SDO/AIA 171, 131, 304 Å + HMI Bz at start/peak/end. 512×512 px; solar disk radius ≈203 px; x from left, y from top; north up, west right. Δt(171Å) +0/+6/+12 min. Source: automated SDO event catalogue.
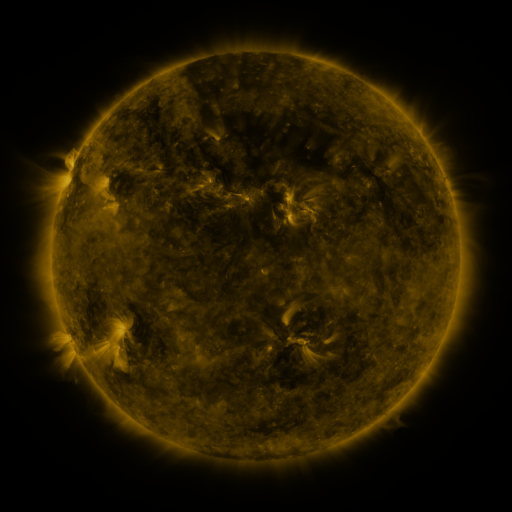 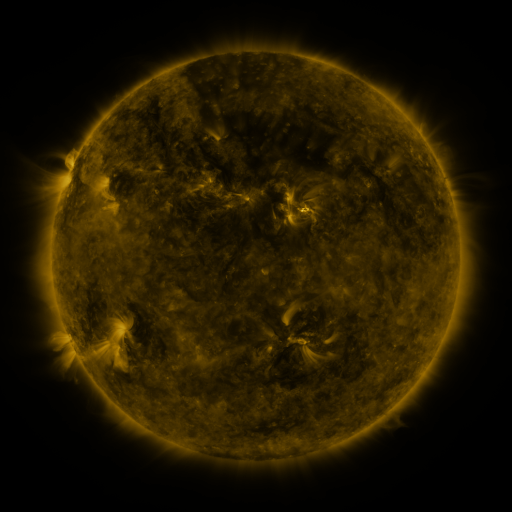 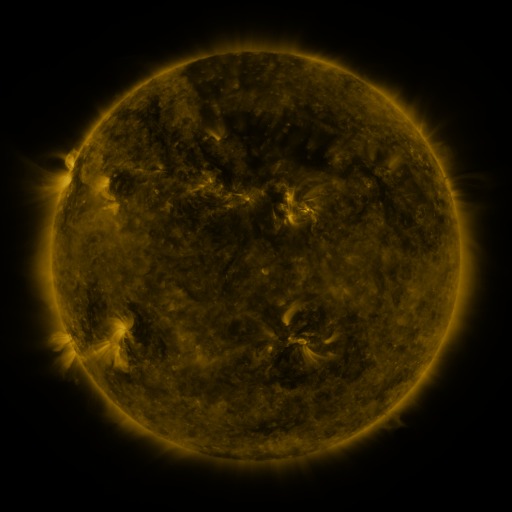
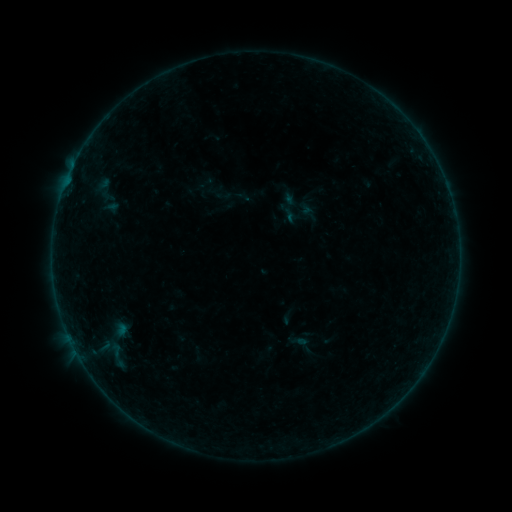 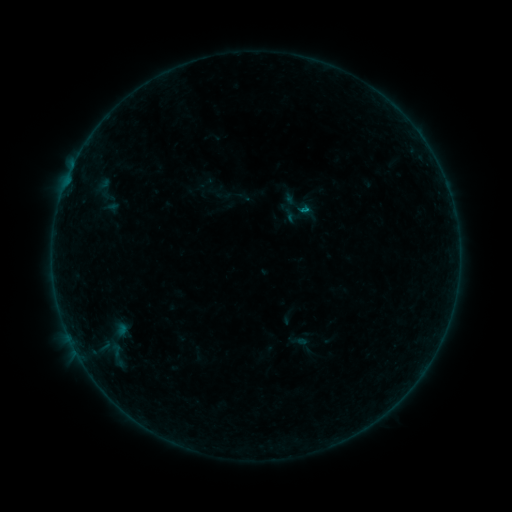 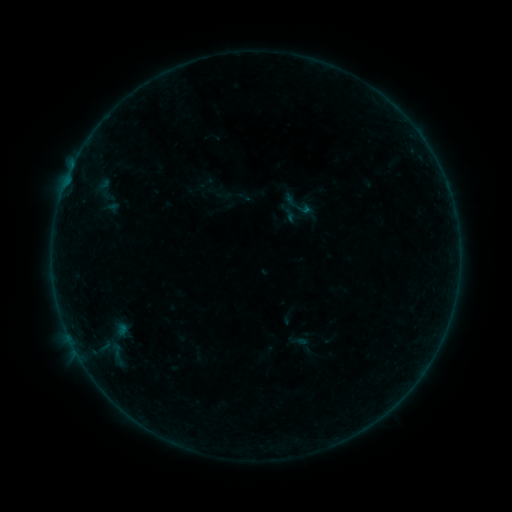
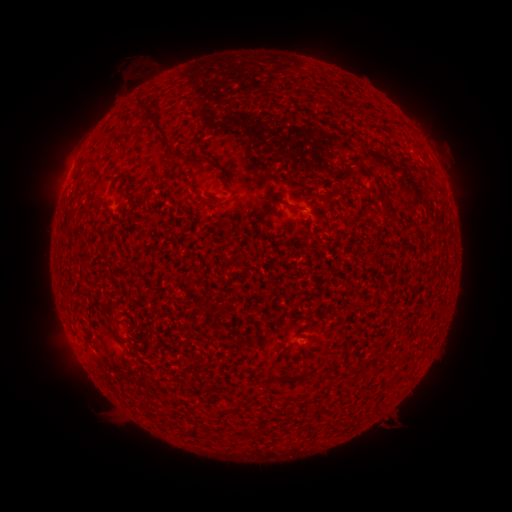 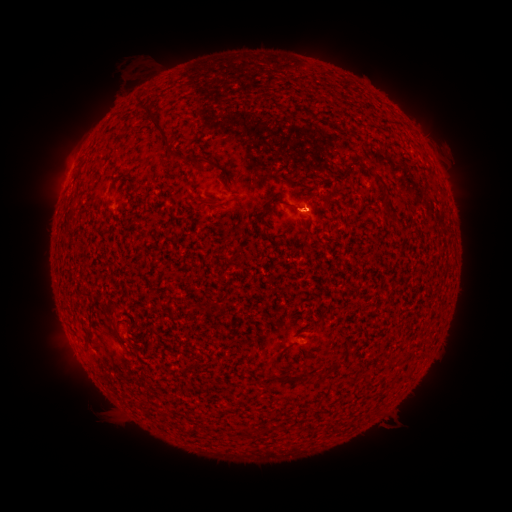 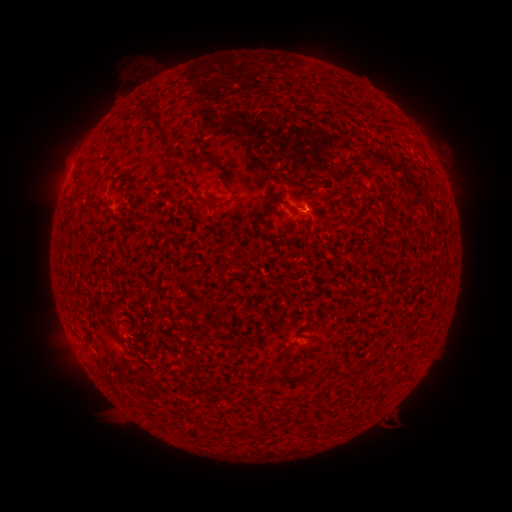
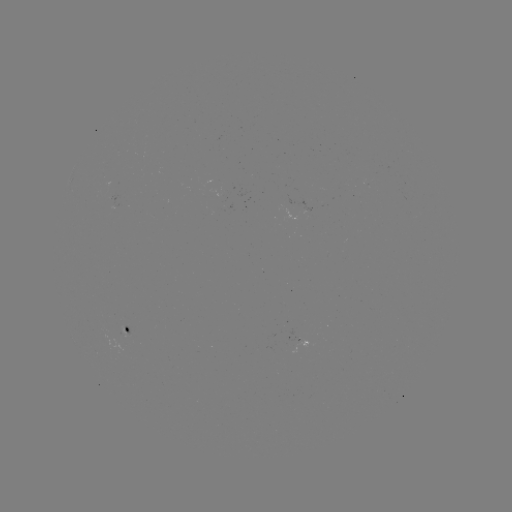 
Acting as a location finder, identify B1.4 flare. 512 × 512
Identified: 303,212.